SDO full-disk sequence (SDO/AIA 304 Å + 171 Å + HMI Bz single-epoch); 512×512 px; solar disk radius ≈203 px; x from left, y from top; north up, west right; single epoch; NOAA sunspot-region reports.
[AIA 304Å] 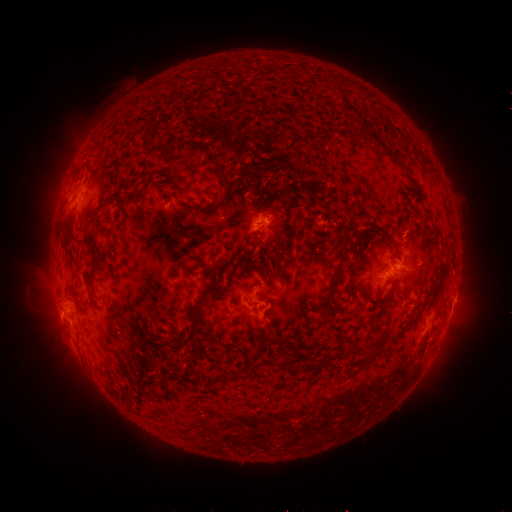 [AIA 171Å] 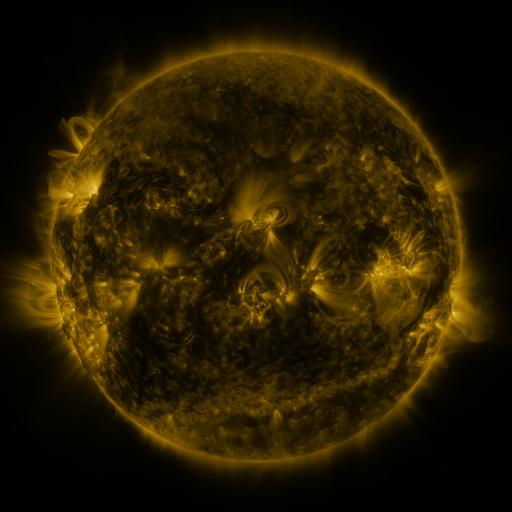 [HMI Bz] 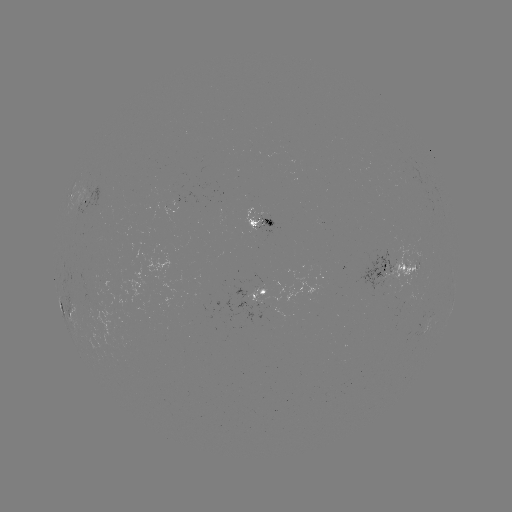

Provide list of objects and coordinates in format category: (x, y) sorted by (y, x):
spotted active region: (87, 206)
spotted active region: (259, 224)
spotted active region: (396, 267)
spotted active region: (262, 292)
spotted active region: (453, 301)
spotted active region: (431, 316)
